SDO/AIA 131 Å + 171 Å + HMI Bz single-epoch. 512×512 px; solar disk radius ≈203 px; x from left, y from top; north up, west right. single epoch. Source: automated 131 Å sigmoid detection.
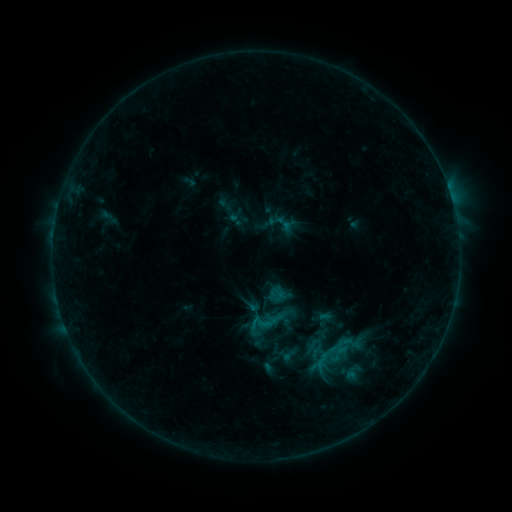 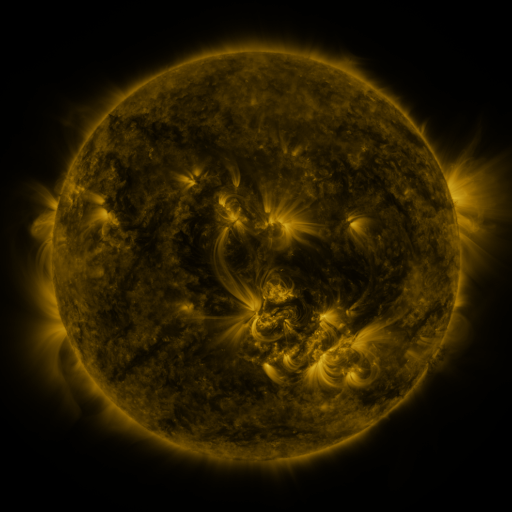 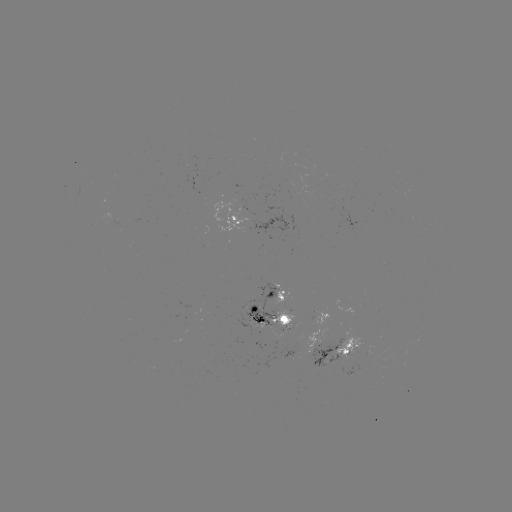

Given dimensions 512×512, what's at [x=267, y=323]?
sigmoid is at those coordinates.